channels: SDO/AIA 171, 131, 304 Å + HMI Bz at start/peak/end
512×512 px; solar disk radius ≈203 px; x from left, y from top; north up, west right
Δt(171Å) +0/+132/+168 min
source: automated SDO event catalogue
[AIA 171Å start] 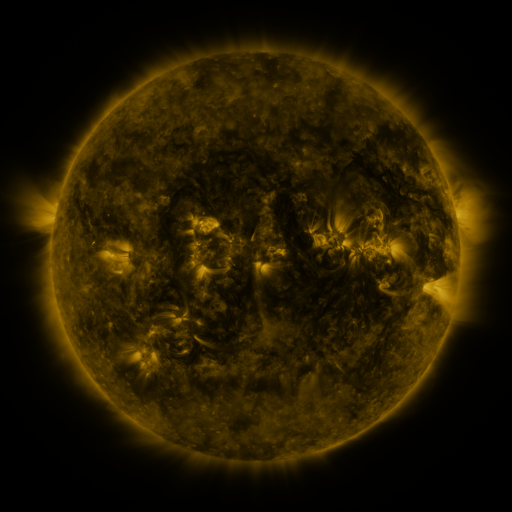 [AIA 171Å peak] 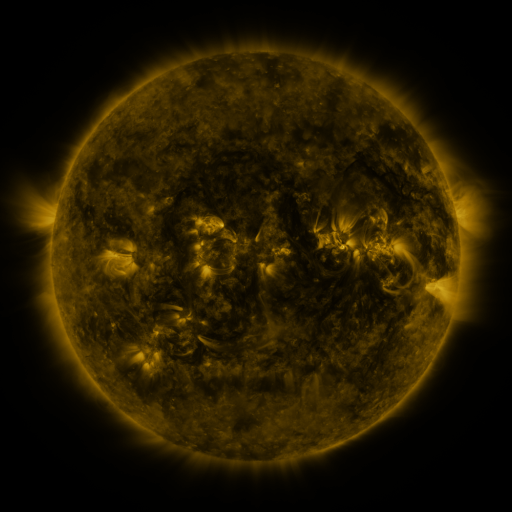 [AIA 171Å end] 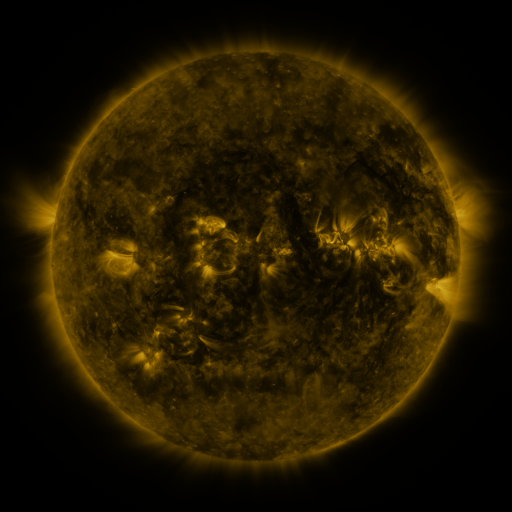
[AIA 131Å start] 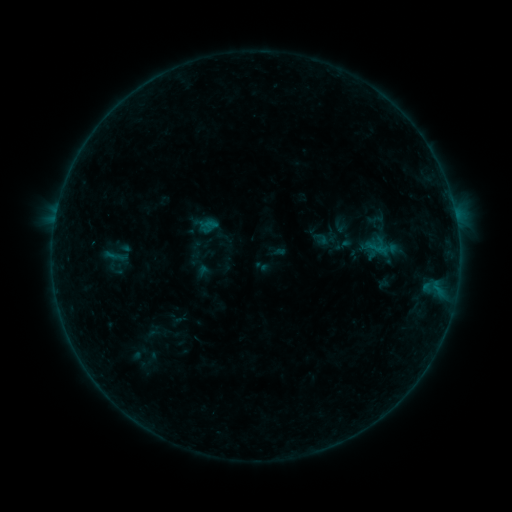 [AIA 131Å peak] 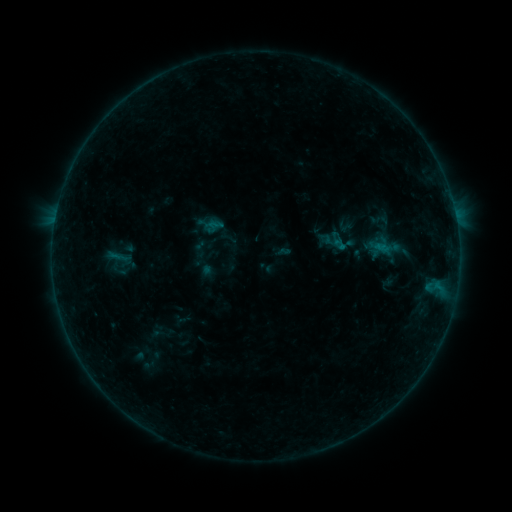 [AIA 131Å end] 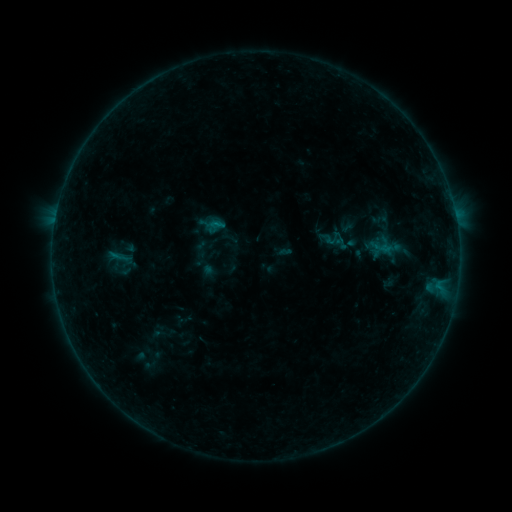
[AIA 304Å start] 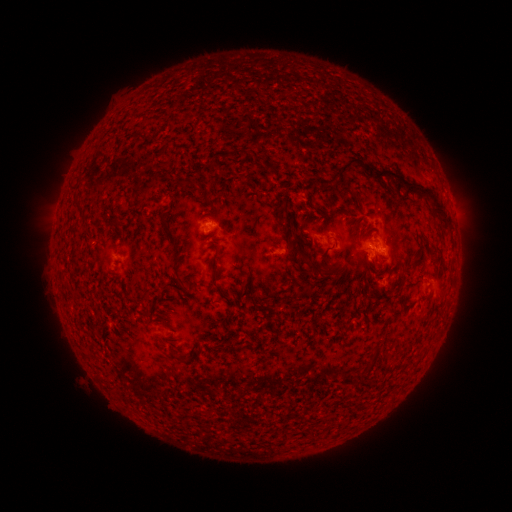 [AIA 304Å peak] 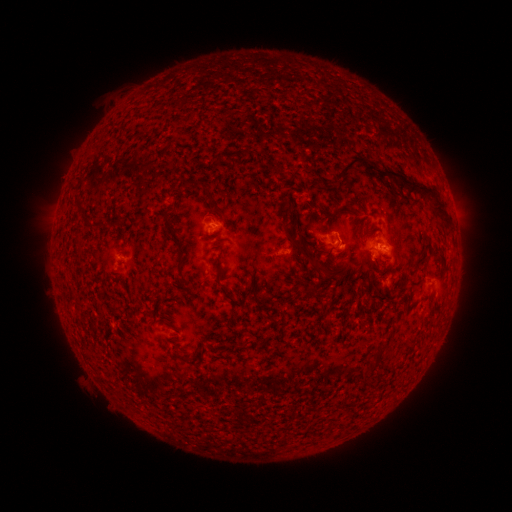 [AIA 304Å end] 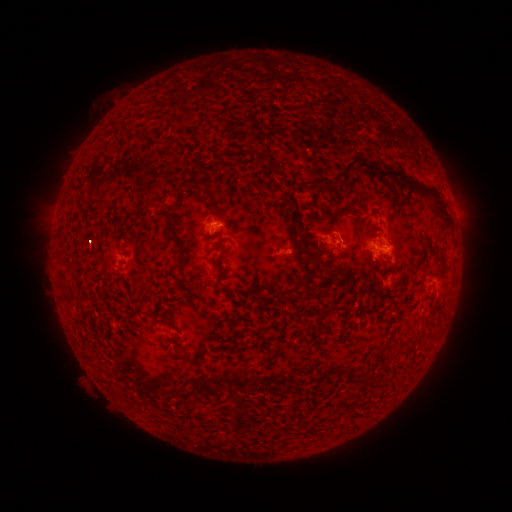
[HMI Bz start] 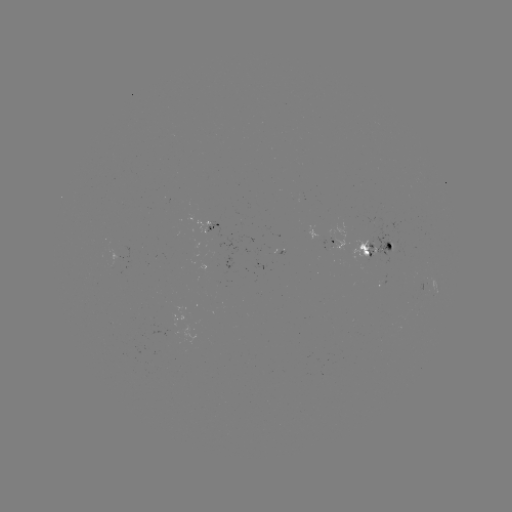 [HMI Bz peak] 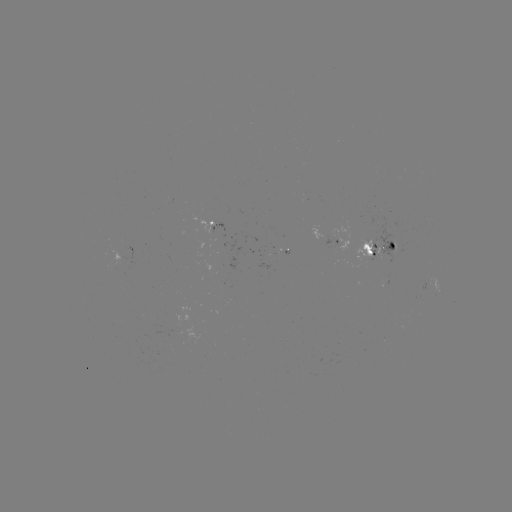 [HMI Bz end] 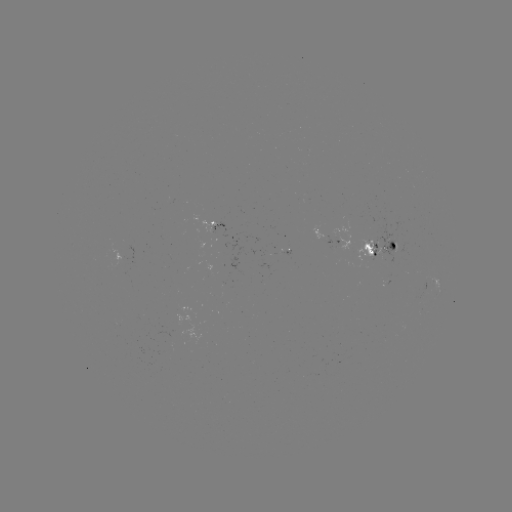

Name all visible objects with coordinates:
emerging-flux region: (340, 240)
